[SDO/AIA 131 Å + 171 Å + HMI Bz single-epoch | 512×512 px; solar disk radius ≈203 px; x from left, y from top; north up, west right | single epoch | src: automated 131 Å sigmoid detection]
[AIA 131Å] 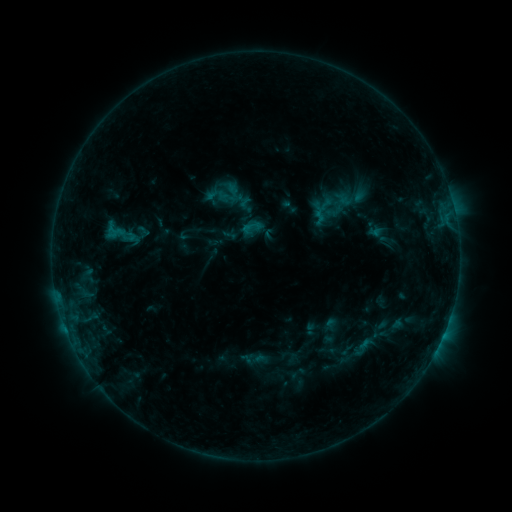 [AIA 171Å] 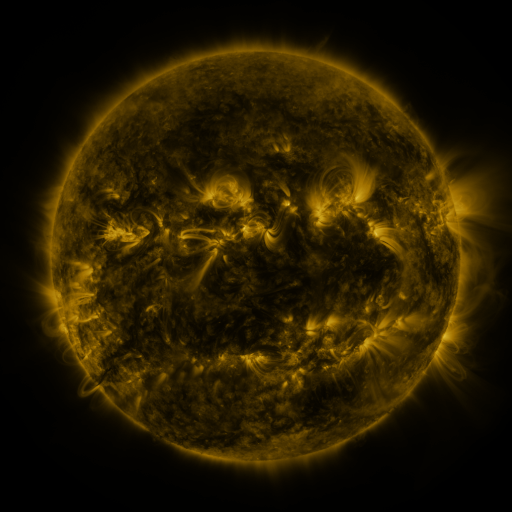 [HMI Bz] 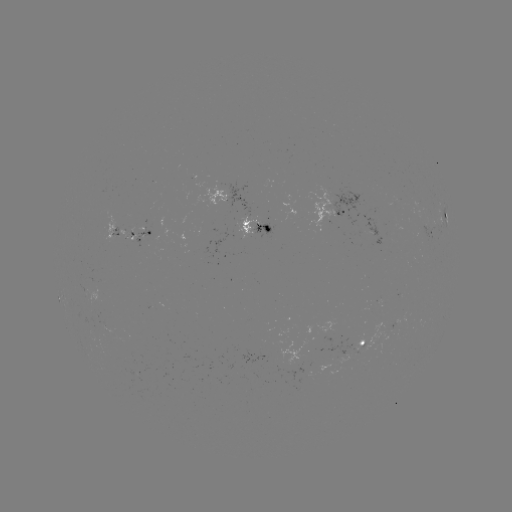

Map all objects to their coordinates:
sigmoid: (316, 185, 356, 217)
